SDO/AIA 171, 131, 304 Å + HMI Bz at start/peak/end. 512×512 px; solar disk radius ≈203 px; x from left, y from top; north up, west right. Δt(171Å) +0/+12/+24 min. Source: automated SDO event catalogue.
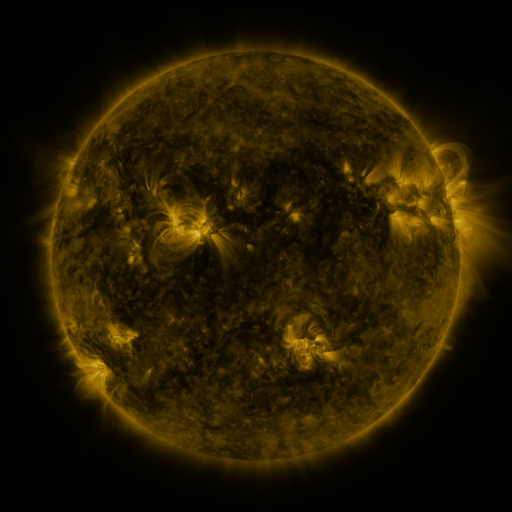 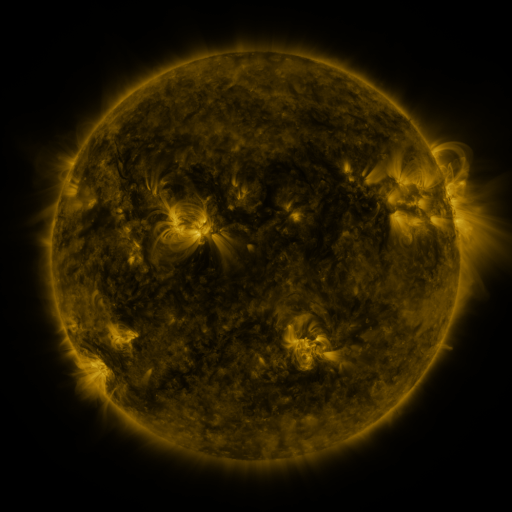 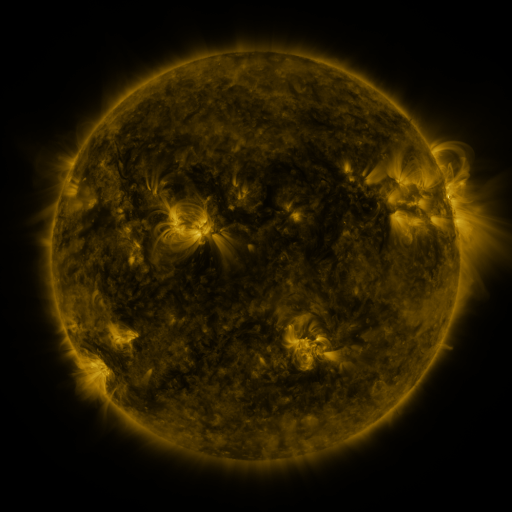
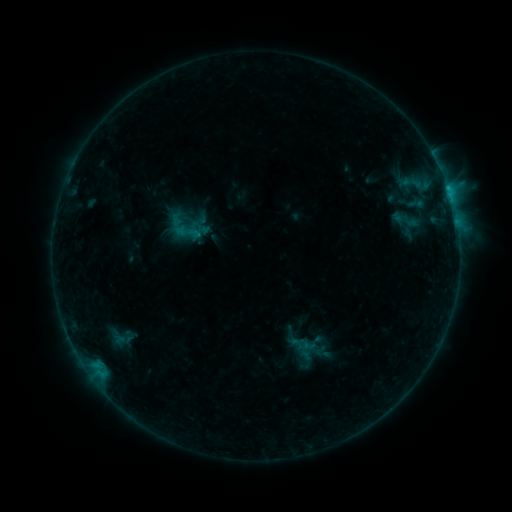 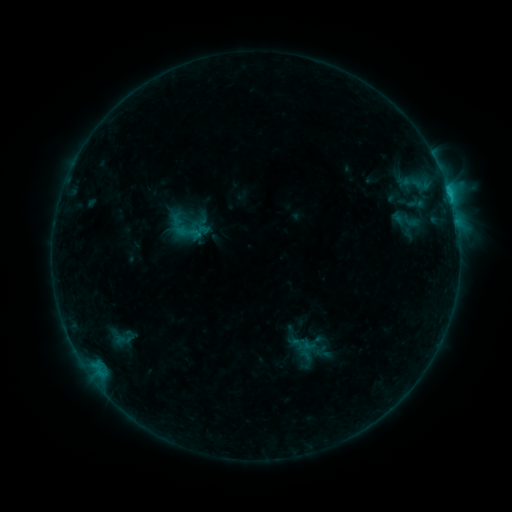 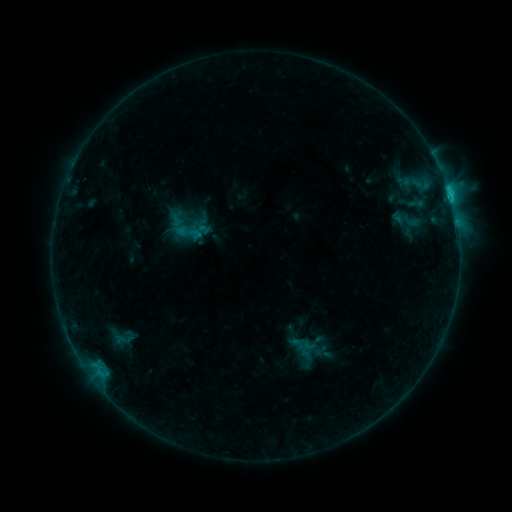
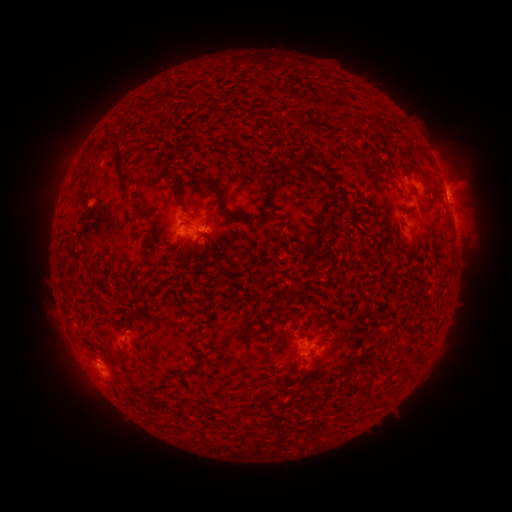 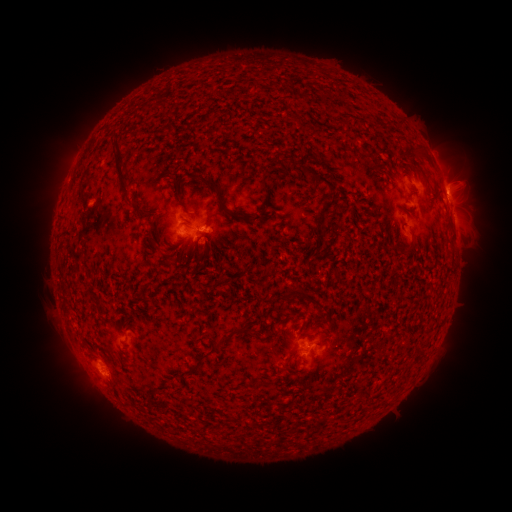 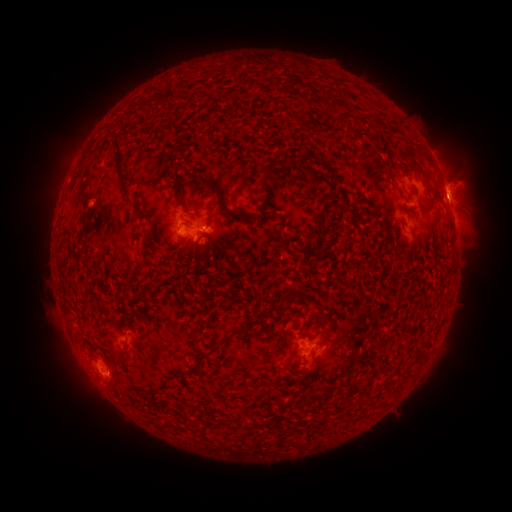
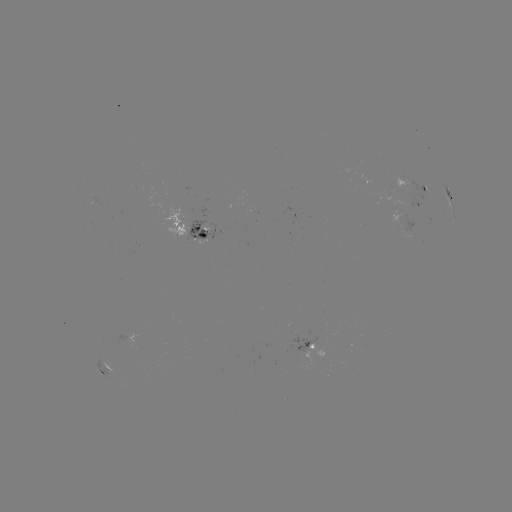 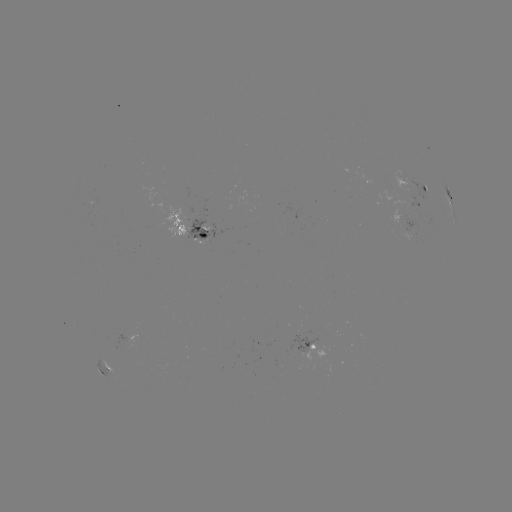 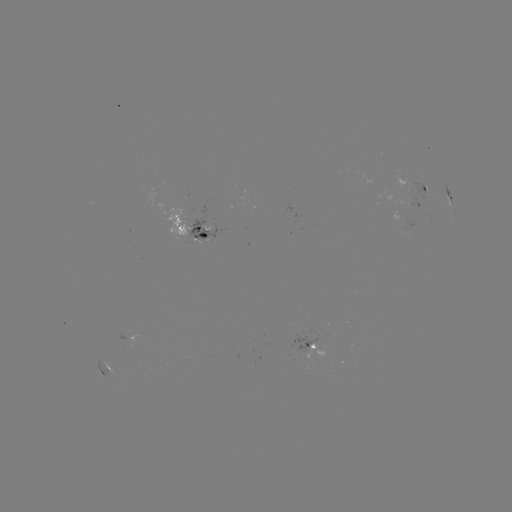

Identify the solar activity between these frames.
no flare in any classed list; no EUV-trigger detection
